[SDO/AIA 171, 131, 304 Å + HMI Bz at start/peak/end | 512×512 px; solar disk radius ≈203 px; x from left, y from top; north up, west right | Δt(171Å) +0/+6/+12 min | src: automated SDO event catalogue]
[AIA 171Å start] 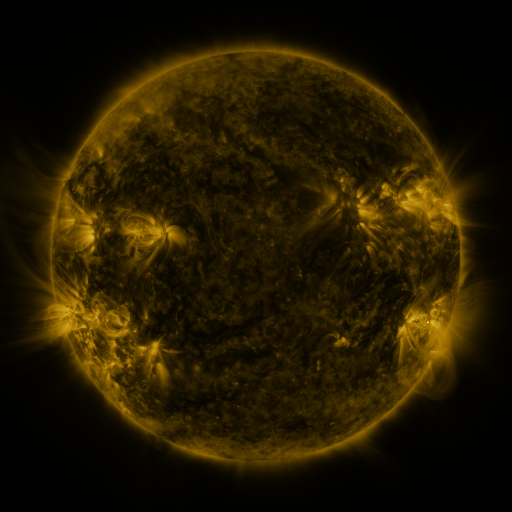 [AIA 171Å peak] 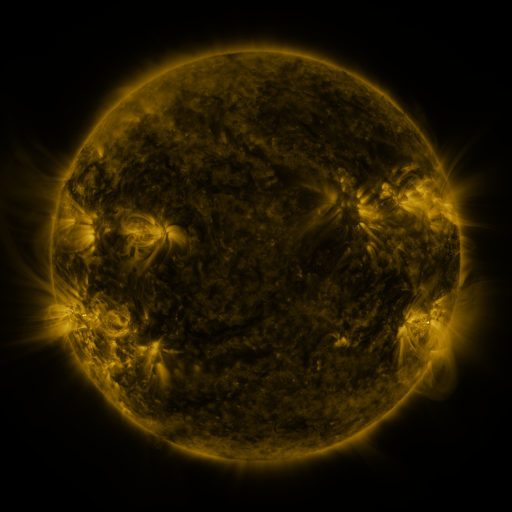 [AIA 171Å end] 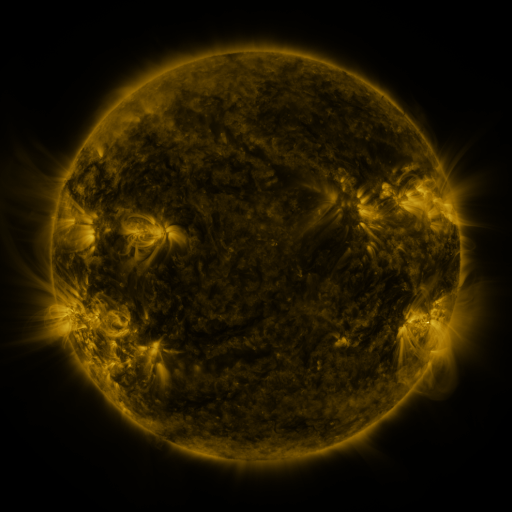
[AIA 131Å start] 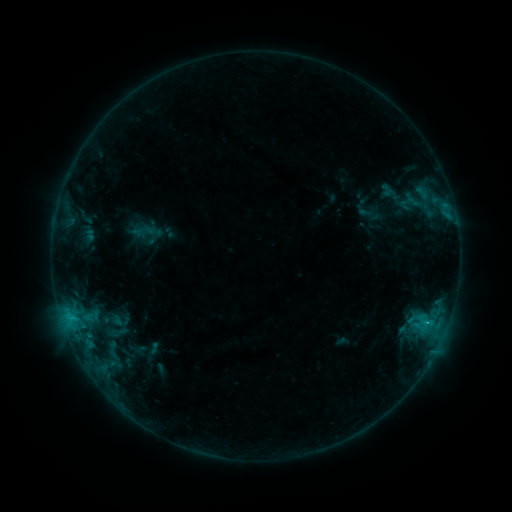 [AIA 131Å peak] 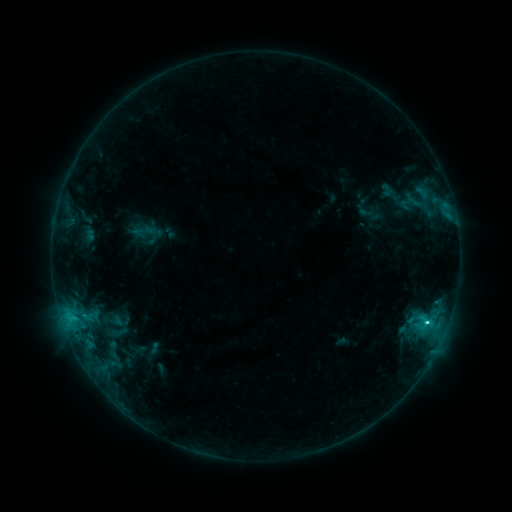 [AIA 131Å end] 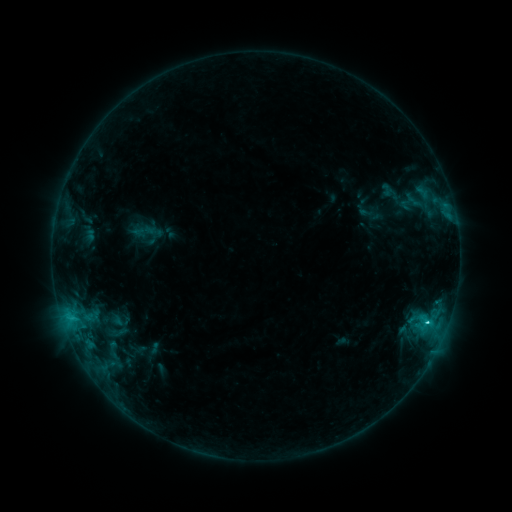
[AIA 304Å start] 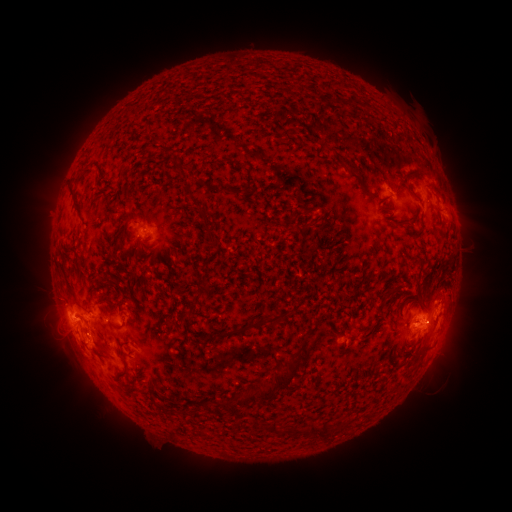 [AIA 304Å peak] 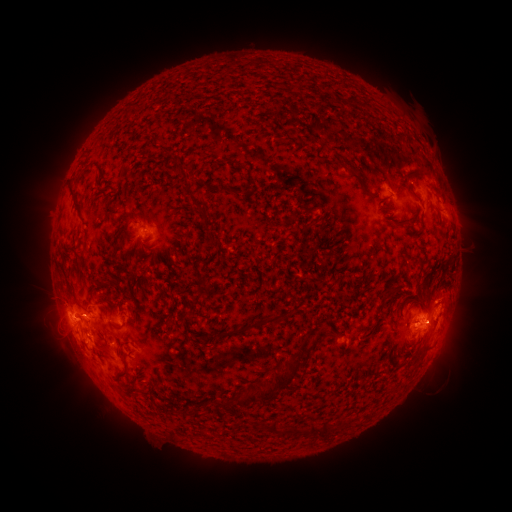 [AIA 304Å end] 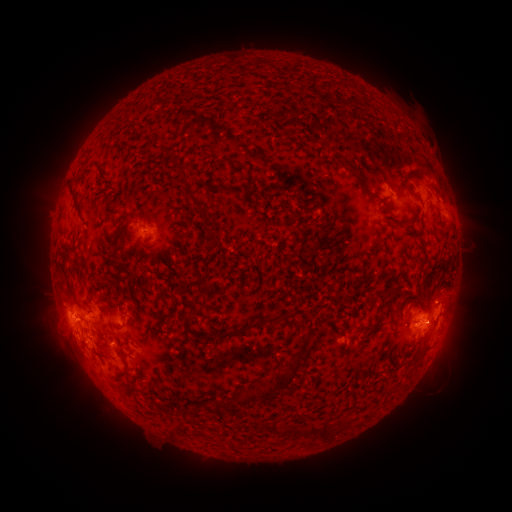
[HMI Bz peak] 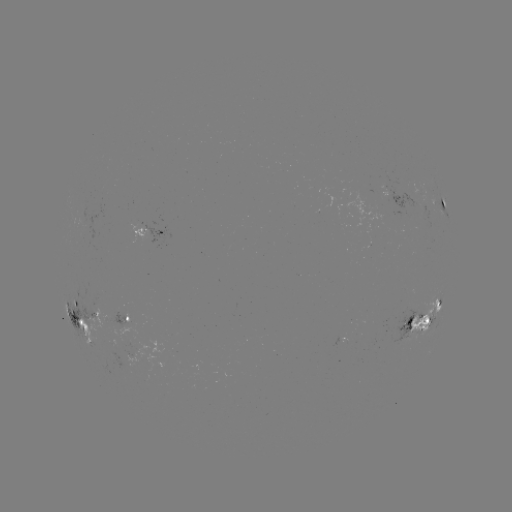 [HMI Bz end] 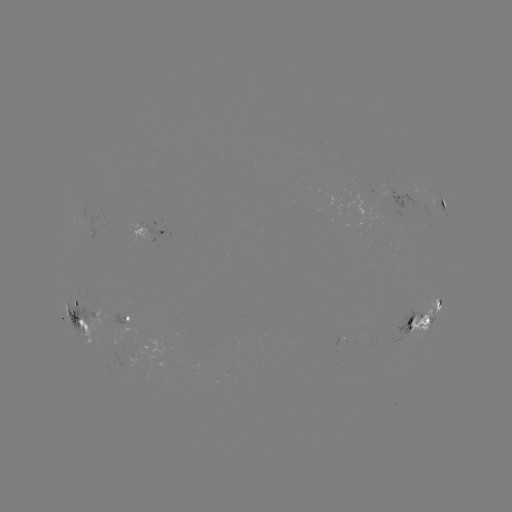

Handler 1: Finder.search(C3.2 flare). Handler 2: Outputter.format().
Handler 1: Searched C3.2 flare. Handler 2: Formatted (426, 321).